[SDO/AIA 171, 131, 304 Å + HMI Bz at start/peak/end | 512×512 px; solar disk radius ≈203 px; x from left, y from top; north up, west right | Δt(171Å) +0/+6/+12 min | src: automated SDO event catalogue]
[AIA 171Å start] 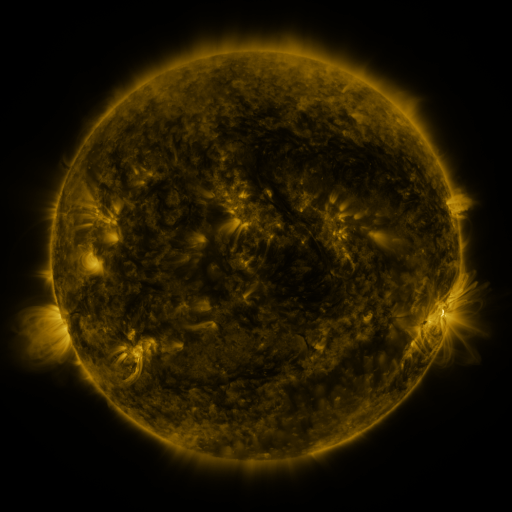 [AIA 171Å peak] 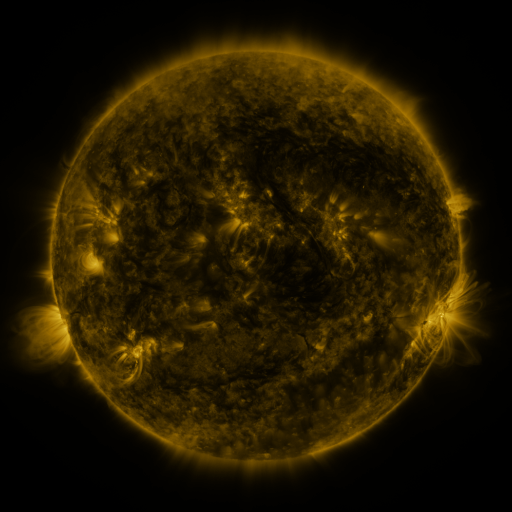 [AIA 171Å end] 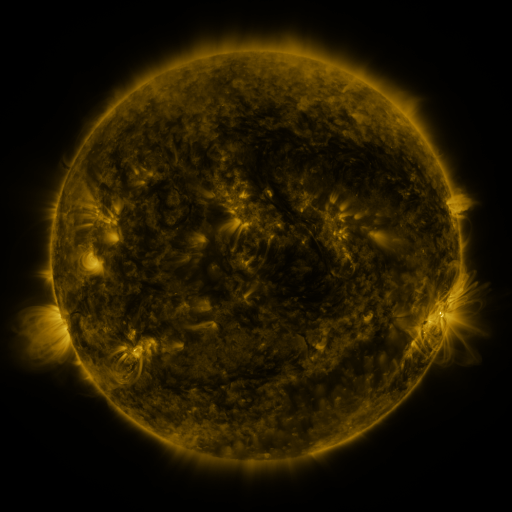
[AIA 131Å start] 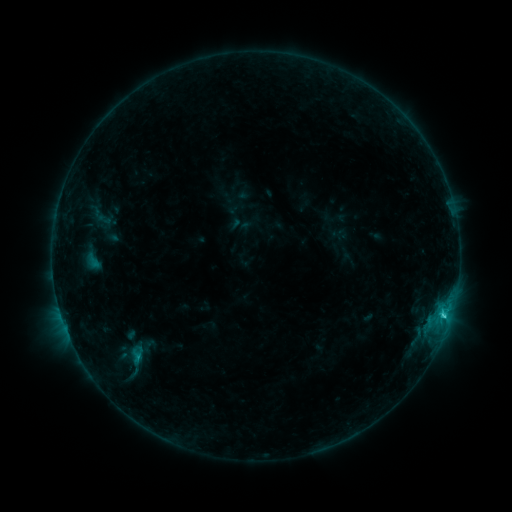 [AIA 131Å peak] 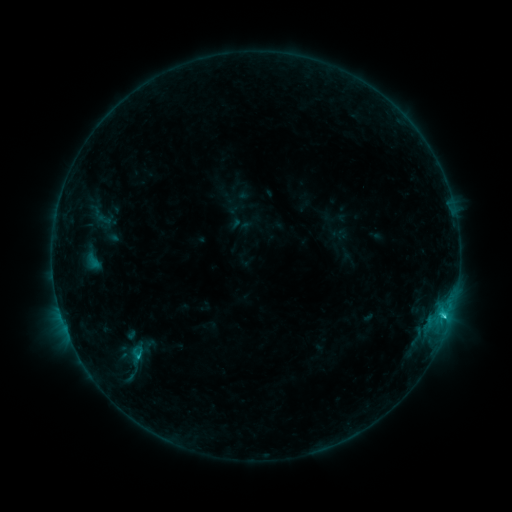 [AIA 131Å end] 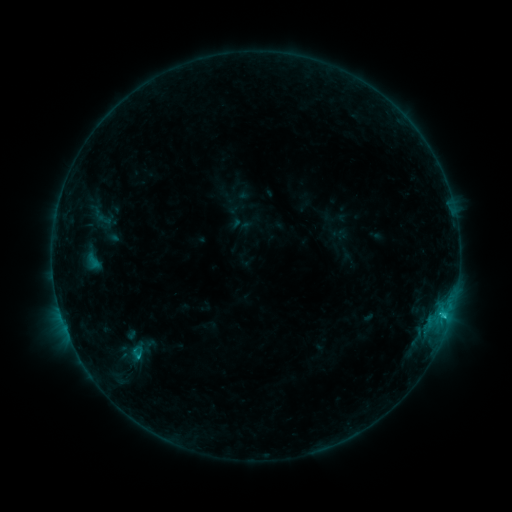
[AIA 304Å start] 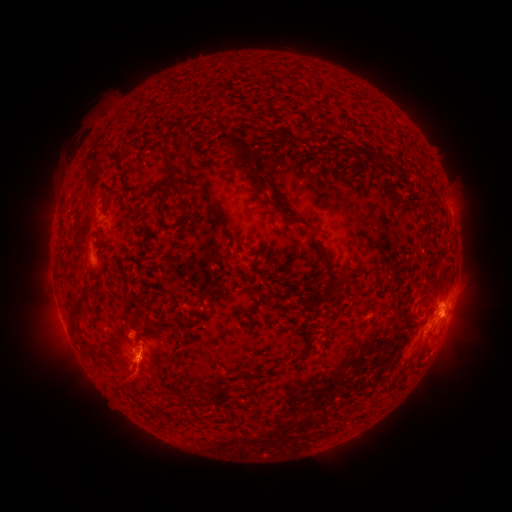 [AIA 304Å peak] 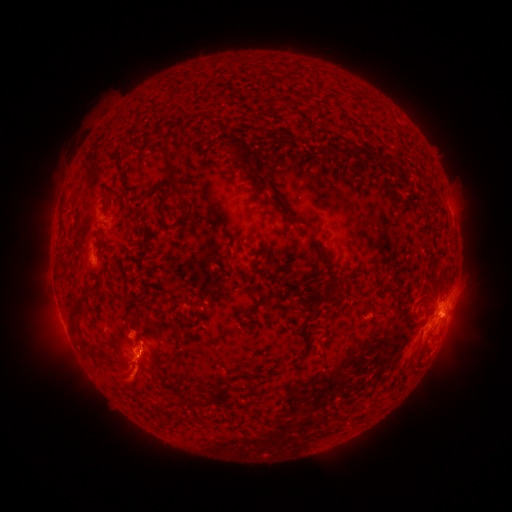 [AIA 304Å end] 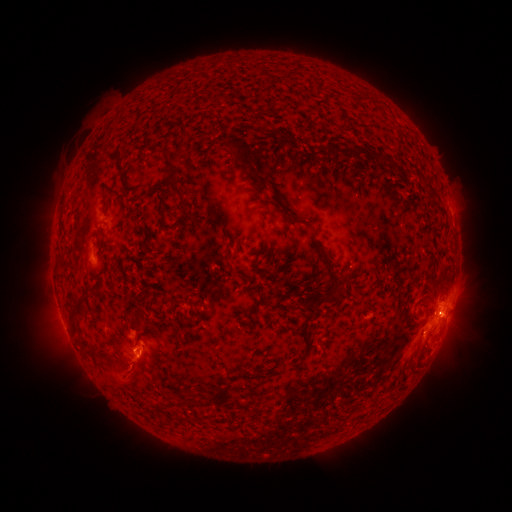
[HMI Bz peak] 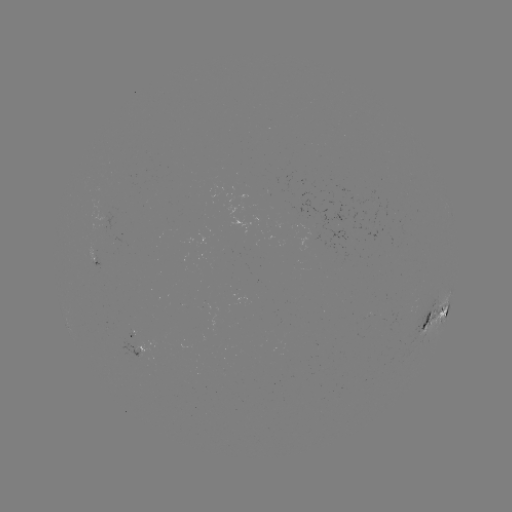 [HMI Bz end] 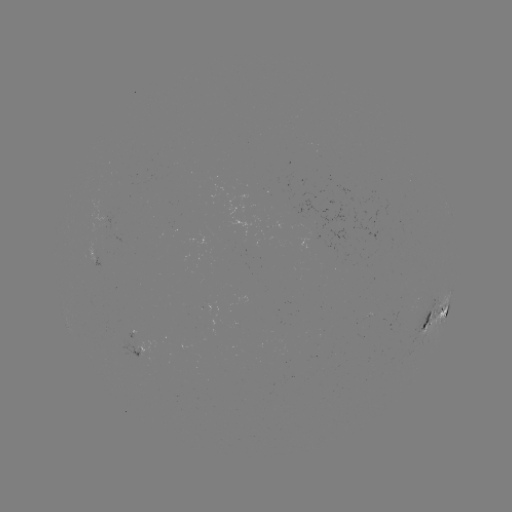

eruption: (110, 352, 160, 400)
